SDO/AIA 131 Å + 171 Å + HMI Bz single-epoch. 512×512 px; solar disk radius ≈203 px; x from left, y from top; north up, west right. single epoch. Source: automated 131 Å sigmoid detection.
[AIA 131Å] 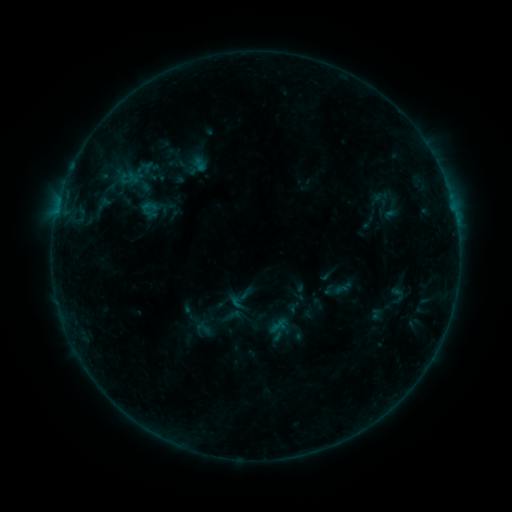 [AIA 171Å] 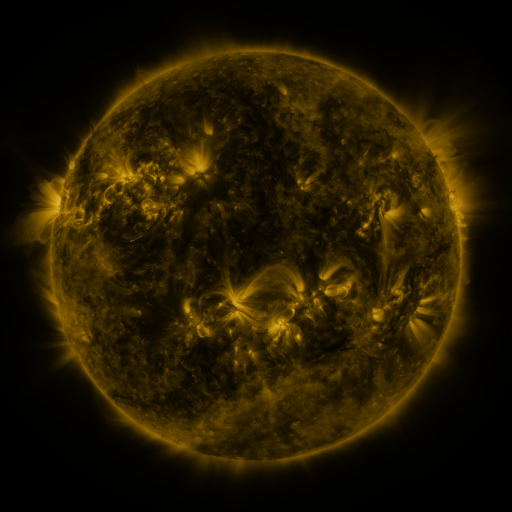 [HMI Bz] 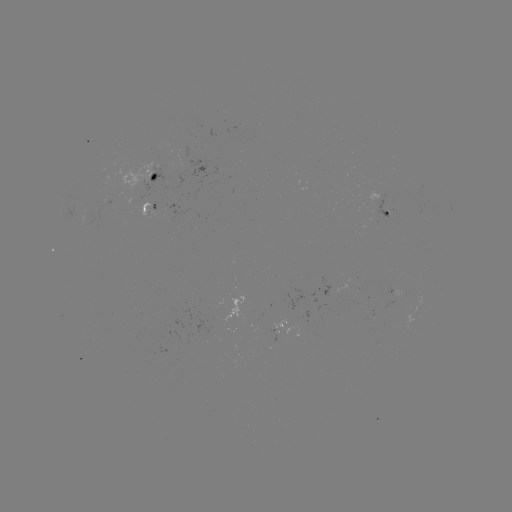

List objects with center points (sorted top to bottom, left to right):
sigmoid: (118, 170, 140, 192)
sigmoid: (268, 315, 288, 336)
